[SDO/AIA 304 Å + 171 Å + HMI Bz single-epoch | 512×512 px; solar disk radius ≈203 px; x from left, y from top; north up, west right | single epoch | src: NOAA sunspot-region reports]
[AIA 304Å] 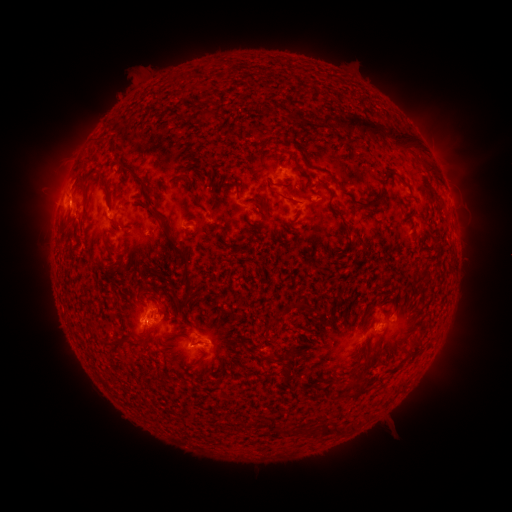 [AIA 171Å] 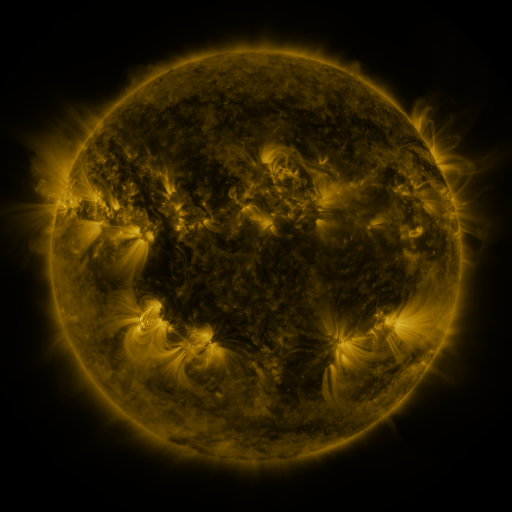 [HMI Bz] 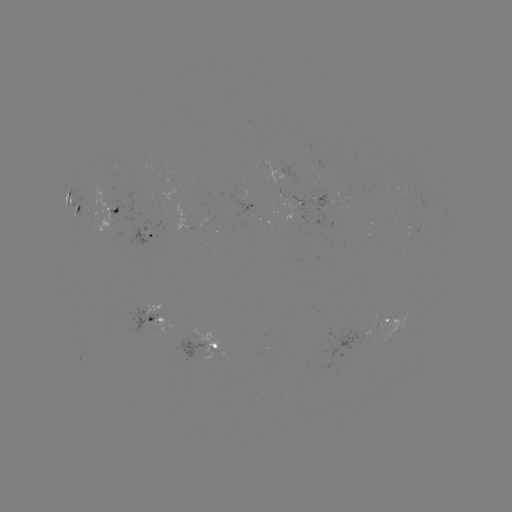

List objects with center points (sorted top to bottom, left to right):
spotted active region: (316, 203)
spotted active region: (79, 210)
spotted active region: (118, 212)
spotted active region: (148, 237)
spotted active region: (158, 322)
spotted active region: (390, 324)
spotted active region: (208, 349)
